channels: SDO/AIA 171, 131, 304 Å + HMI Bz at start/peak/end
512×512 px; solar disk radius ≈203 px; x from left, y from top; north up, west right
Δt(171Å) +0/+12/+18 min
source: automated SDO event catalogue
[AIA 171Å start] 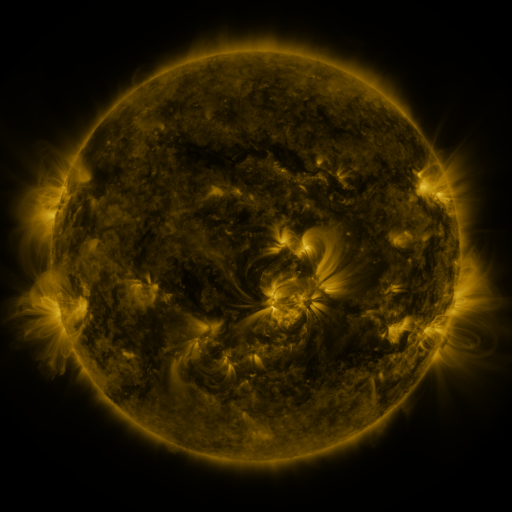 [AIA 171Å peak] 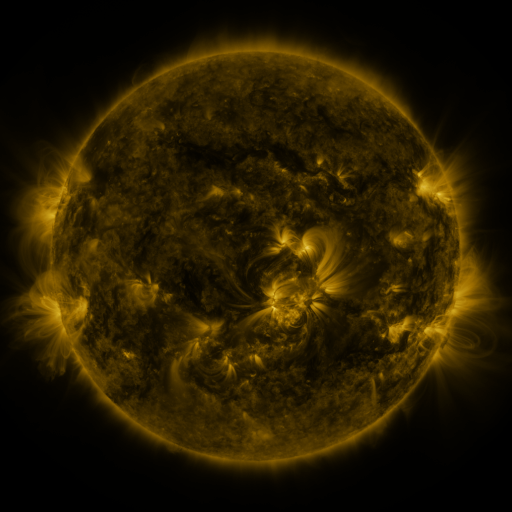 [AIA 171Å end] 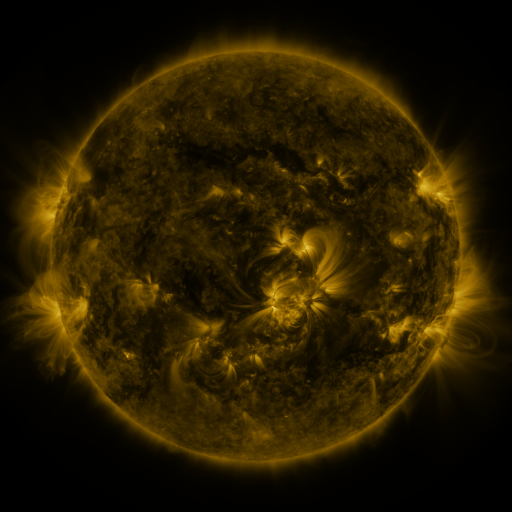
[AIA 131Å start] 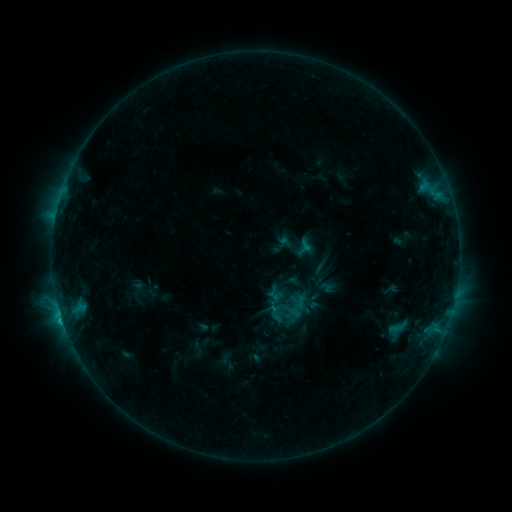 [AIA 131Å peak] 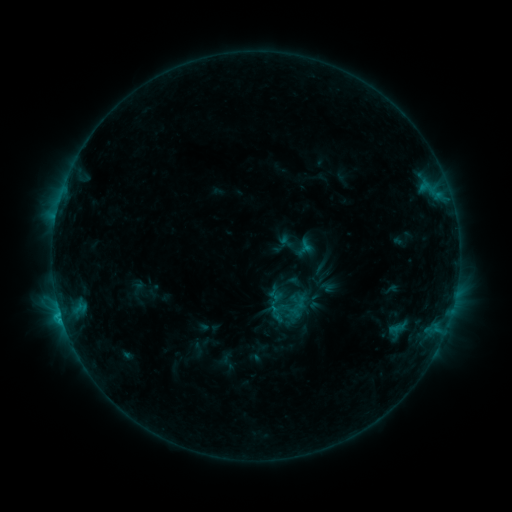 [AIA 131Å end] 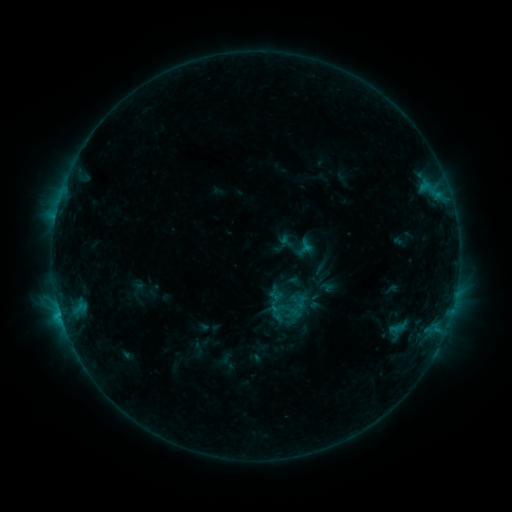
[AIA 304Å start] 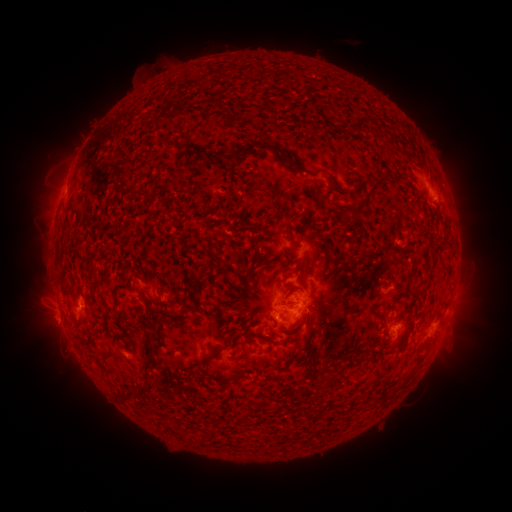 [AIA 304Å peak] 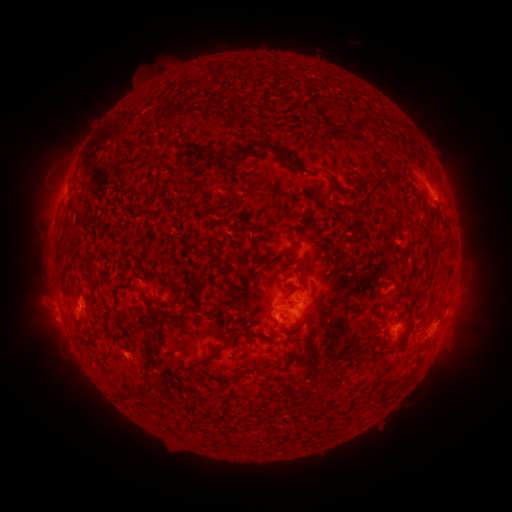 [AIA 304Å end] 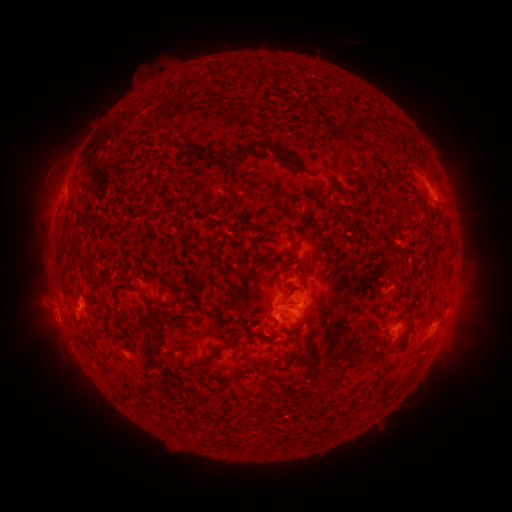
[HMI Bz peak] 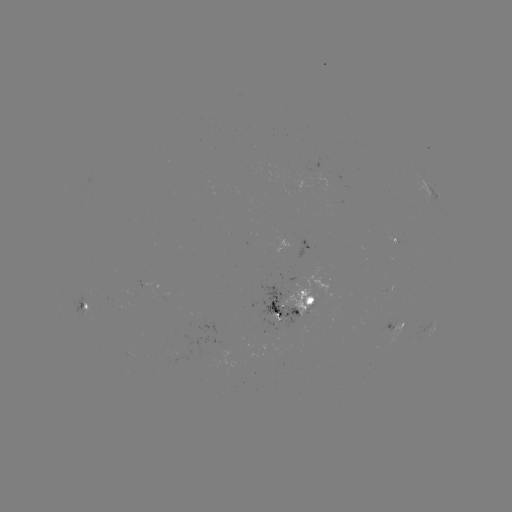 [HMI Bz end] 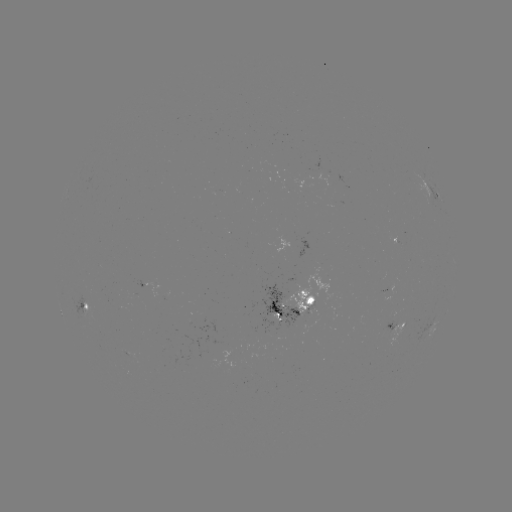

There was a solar flare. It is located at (60, 312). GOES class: C1.4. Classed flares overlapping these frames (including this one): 1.